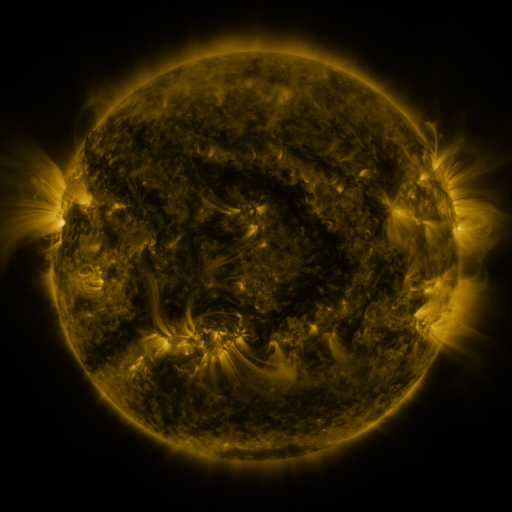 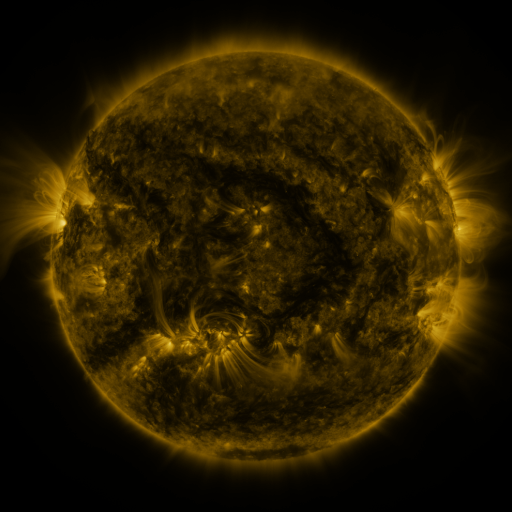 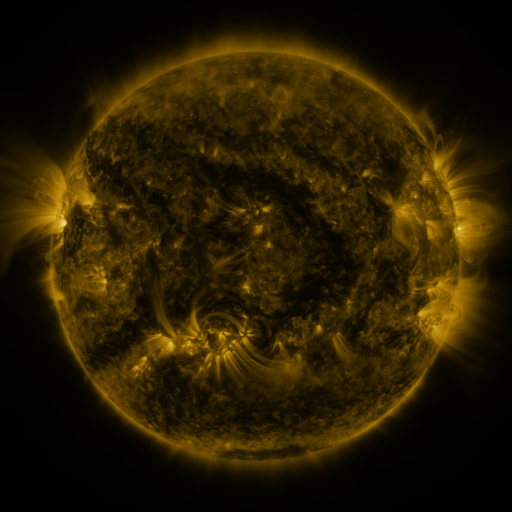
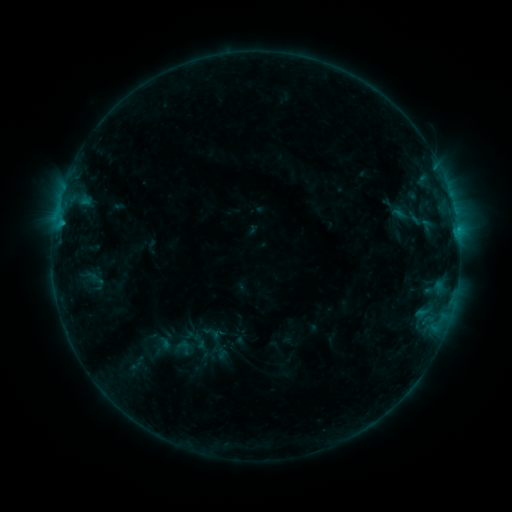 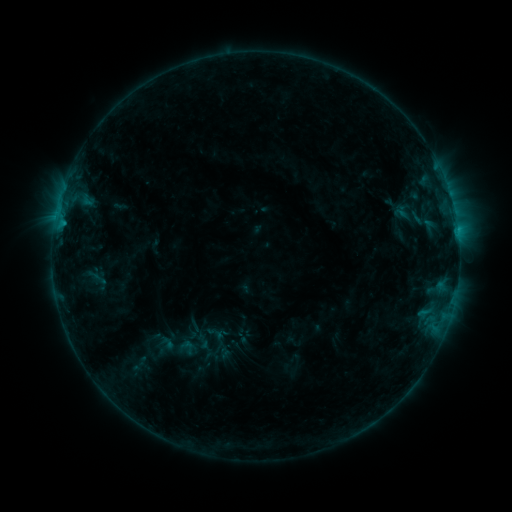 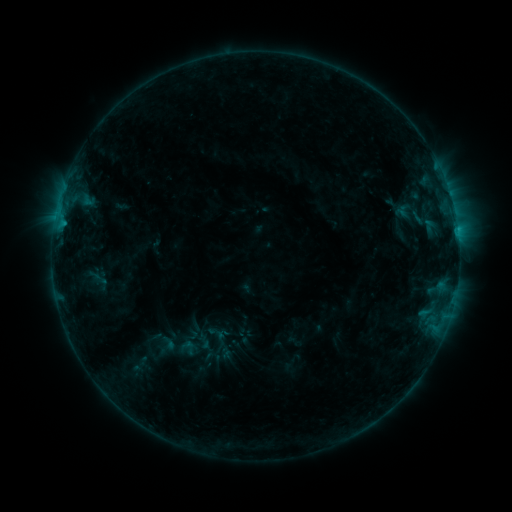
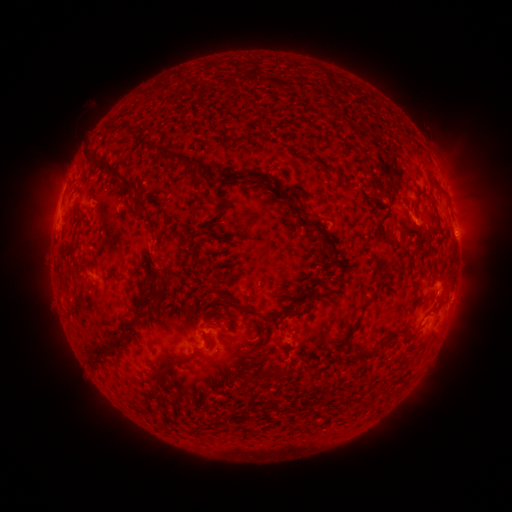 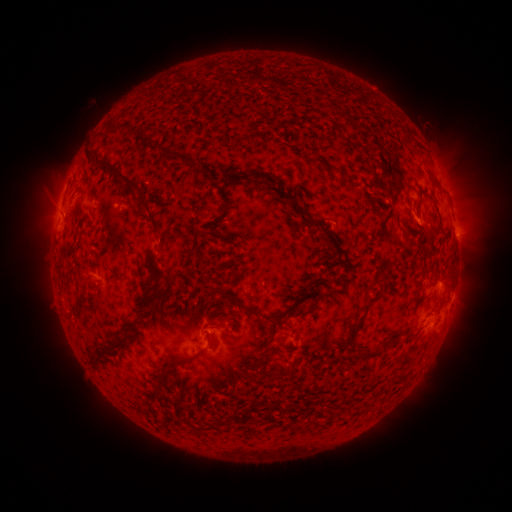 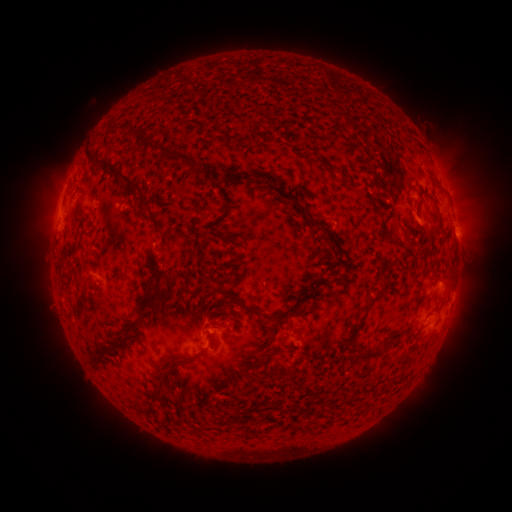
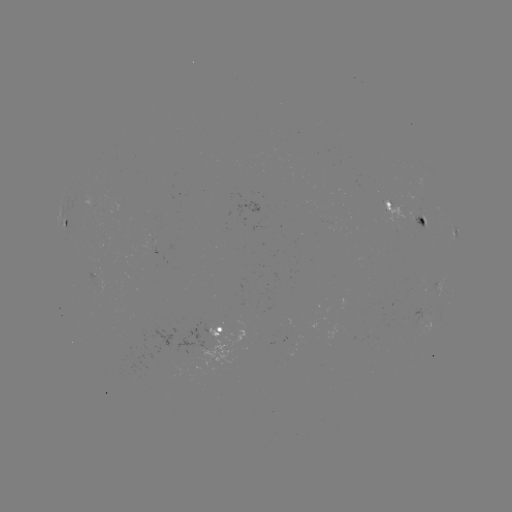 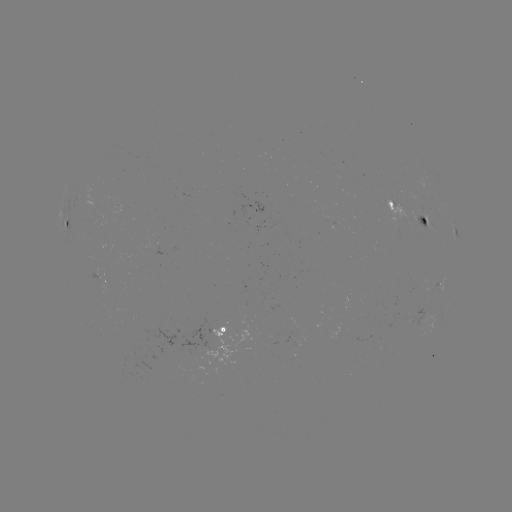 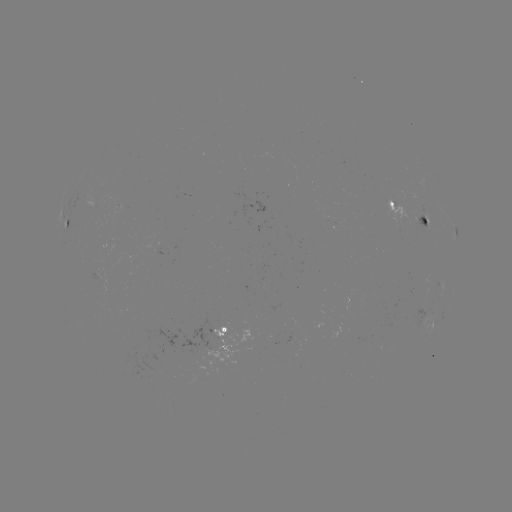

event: emerging-flux region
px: (425, 212)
